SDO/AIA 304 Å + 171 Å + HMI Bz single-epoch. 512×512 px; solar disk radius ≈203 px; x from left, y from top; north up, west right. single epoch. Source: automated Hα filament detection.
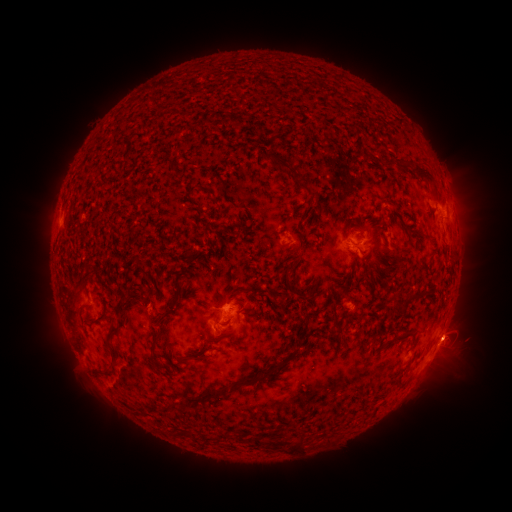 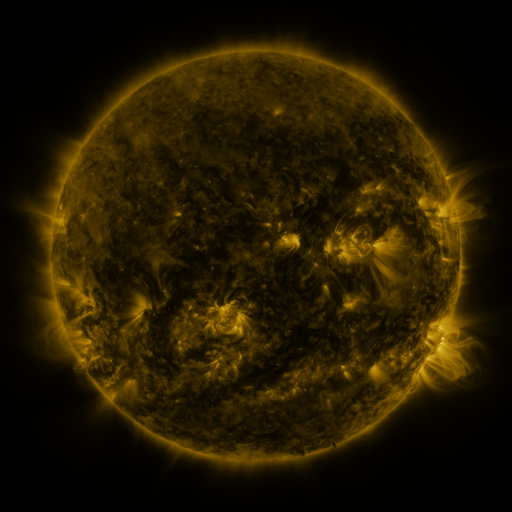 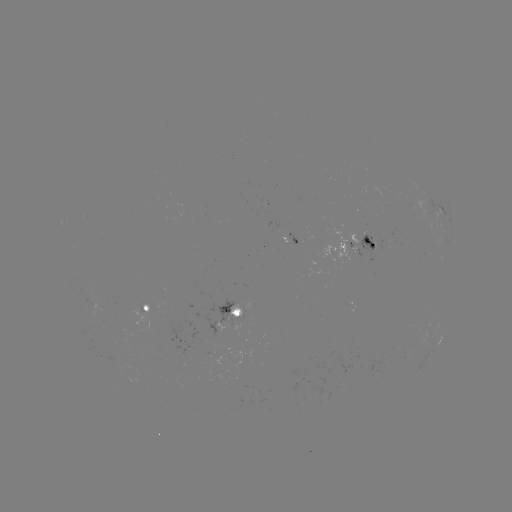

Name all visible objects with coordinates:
filament: [262, 151, 318, 201]
filament: [396, 157, 437, 183]
filament: [188, 185, 211, 195]
filament: [212, 196, 219, 207]
filament: [361, 265, 368, 277]
filament: [284, 267, 292, 288]
filament: [72, 289, 85, 302]
filament: [407, 290, 419, 300]
filament: [138, 296, 147, 306]
filament: [150, 296, 179, 364]
filament: [117, 300, 126, 314]
filament: [78, 305, 91, 313]
filament: [241, 309, 252, 318]
filament: [335, 321, 343, 331]
filament: [105, 325, 121, 365]
filament: [402, 328, 414, 336]
filament: [202, 331, 234, 348]
filament: [233, 340, 303, 389]
filament: [189, 349, 208, 362]
filament: [186, 386, 225, 404]
filament: [254, 434, 307, 451]
